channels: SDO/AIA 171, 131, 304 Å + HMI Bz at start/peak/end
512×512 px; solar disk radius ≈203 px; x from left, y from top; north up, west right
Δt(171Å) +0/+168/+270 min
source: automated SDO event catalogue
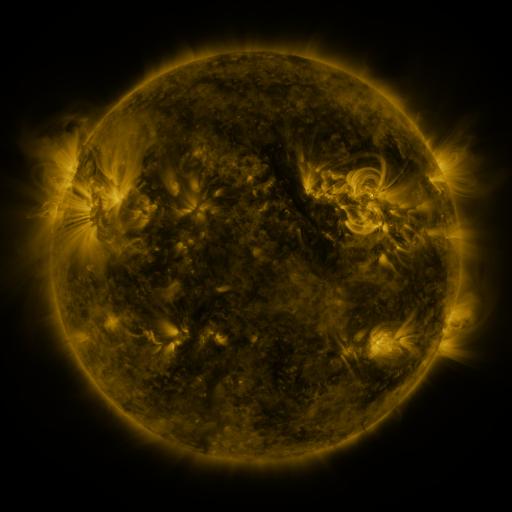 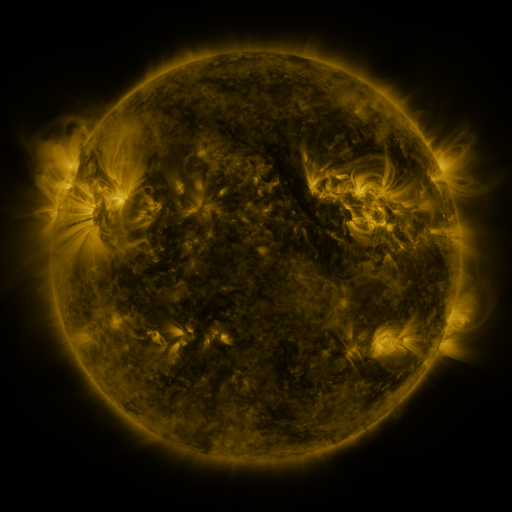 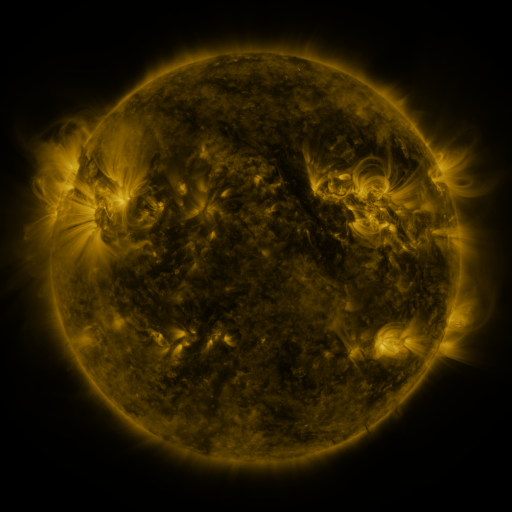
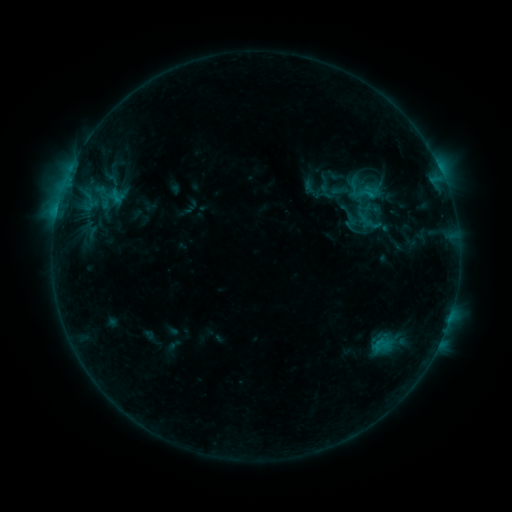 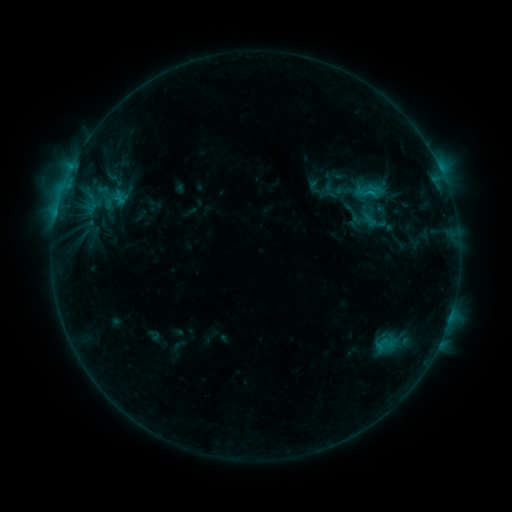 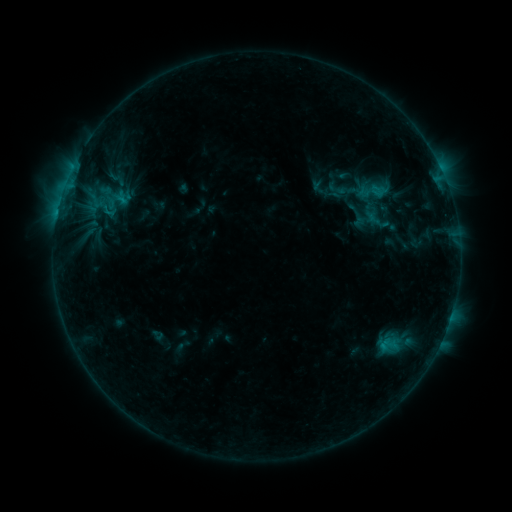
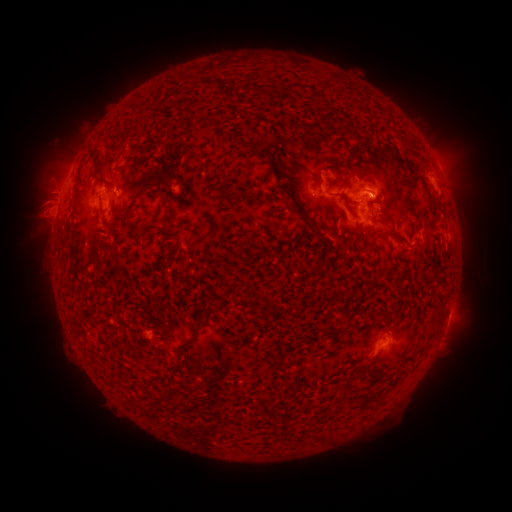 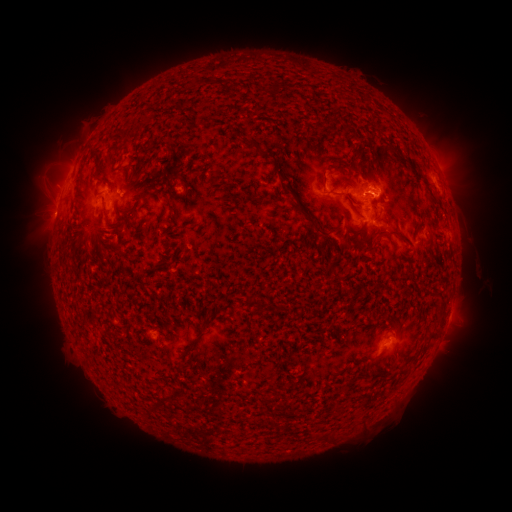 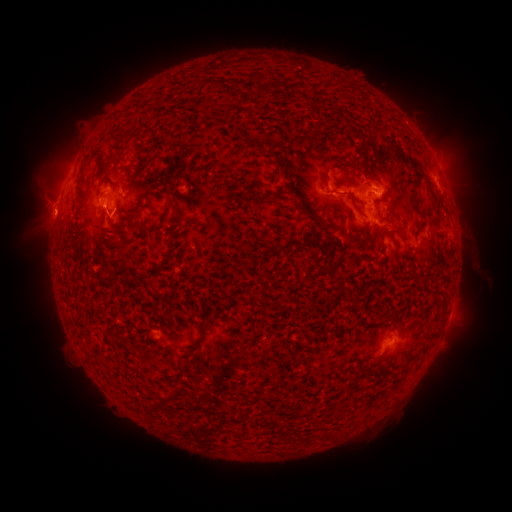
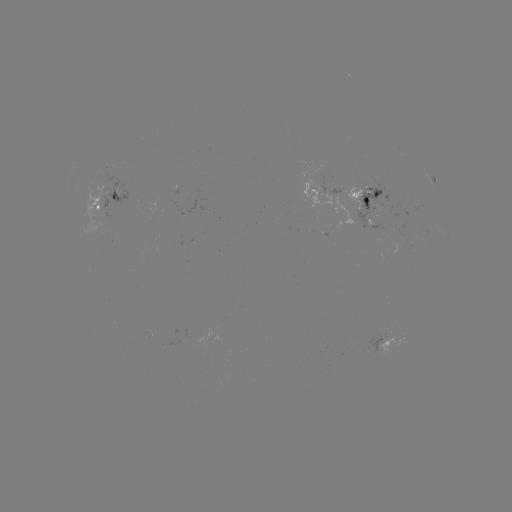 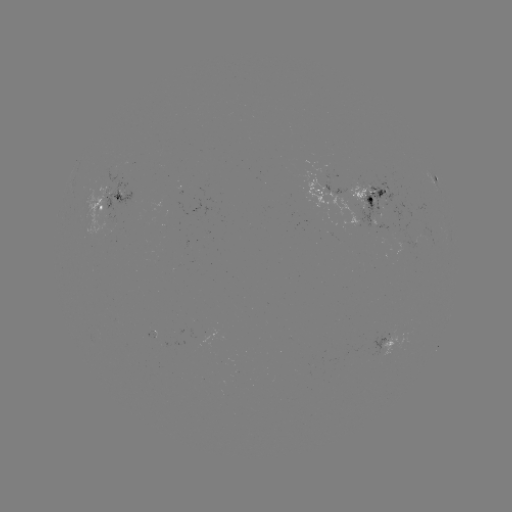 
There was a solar emerging-flux region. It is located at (379, 203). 